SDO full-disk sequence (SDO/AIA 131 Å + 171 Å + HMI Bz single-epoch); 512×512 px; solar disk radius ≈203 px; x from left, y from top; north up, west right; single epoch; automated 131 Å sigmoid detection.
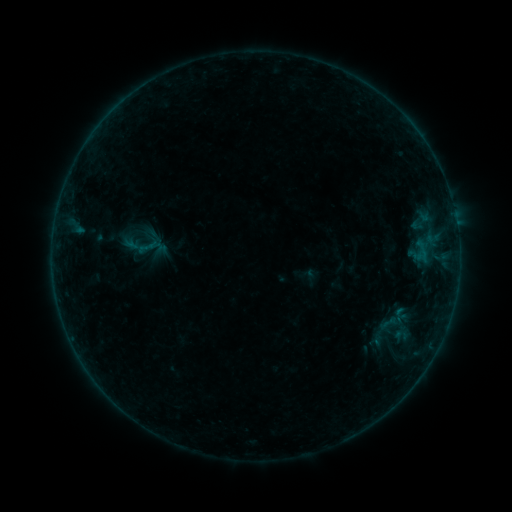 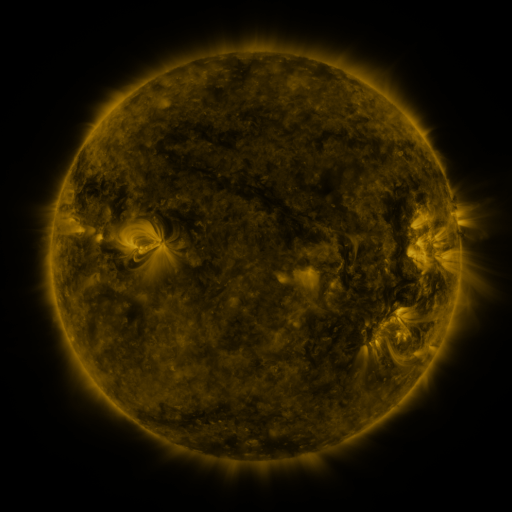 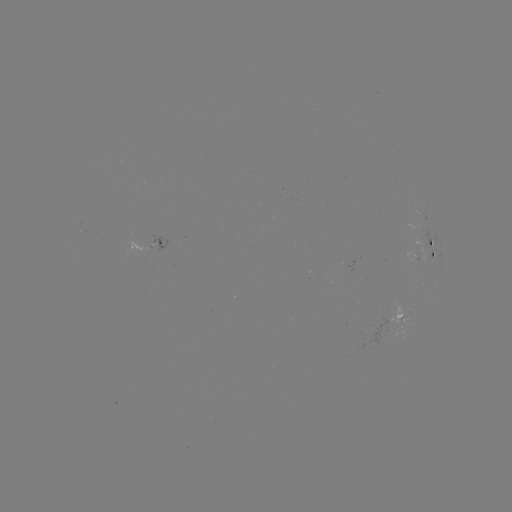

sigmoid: [390, 306, 407, 323]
